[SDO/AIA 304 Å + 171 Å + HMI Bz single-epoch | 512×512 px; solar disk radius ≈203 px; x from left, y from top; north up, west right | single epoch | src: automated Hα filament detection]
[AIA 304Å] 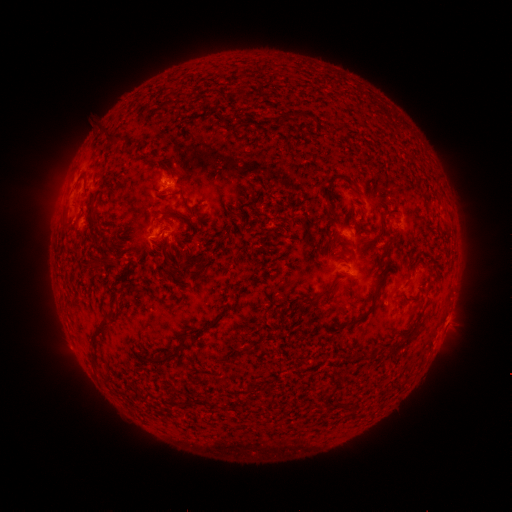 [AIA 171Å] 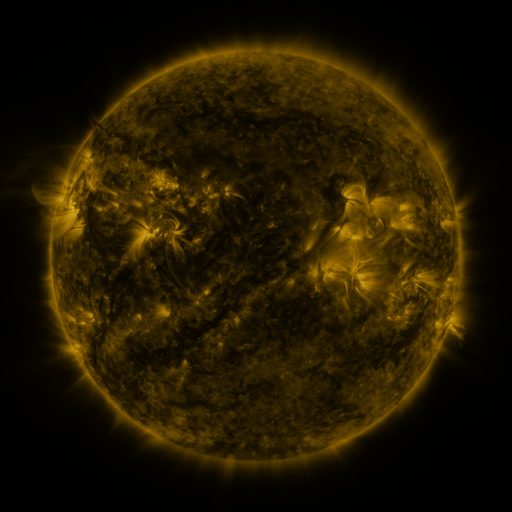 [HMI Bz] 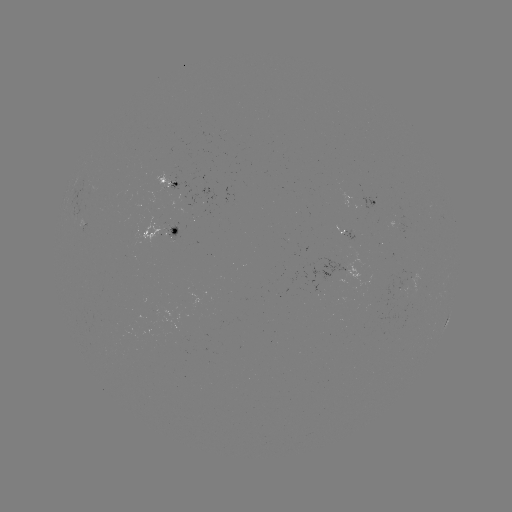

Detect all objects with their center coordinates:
filament: (275, 111, 300, 125)
filament: (101, 126, 123, 145)
filament: (168, 191, 179, 197)
filament: (182, 197, 195, 213)
filament: (158, 208, 182, 216)
filament: (60, 220, 71, 228)
filament: (157, 236, 171, 249)
filament: (102, 257, 111, 267)
filament: (319, 280, 342, 298)
filament: (369, 284, 382, 304)
filament: (304, 299, 314, 307)
filament: (349, 310, 371, 327)
filament: (88, 318, 110, 341)
filament: (258, 344, 267, 353)
filament: (146, 347, 177, 364)
